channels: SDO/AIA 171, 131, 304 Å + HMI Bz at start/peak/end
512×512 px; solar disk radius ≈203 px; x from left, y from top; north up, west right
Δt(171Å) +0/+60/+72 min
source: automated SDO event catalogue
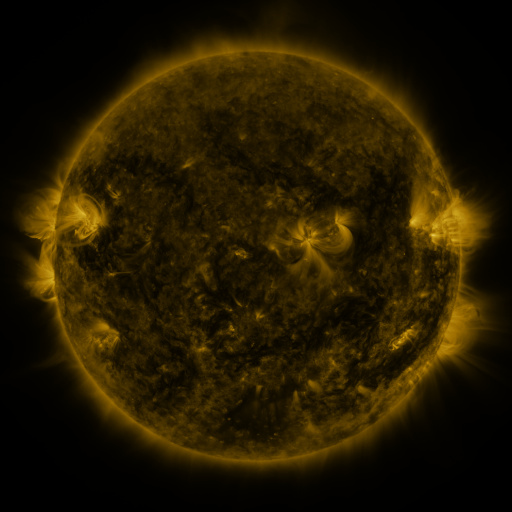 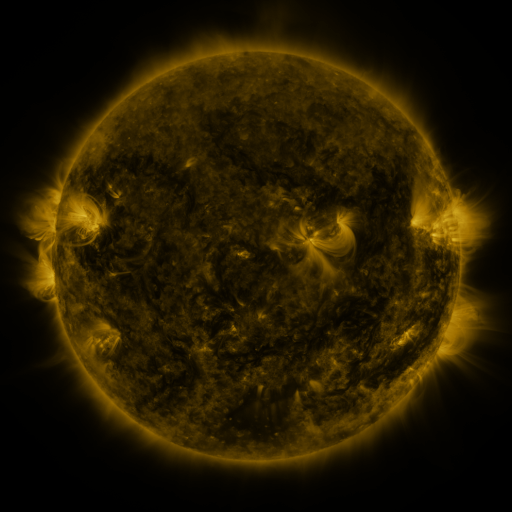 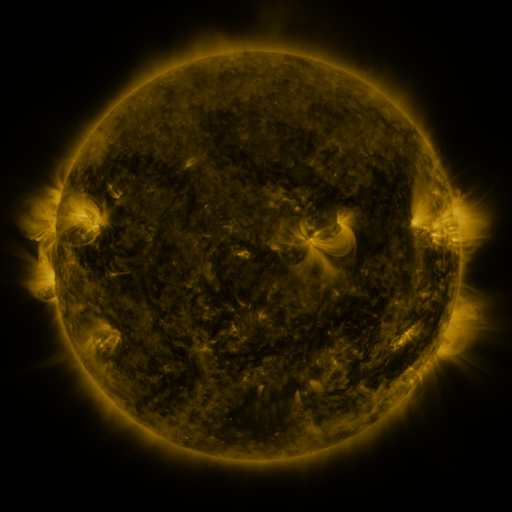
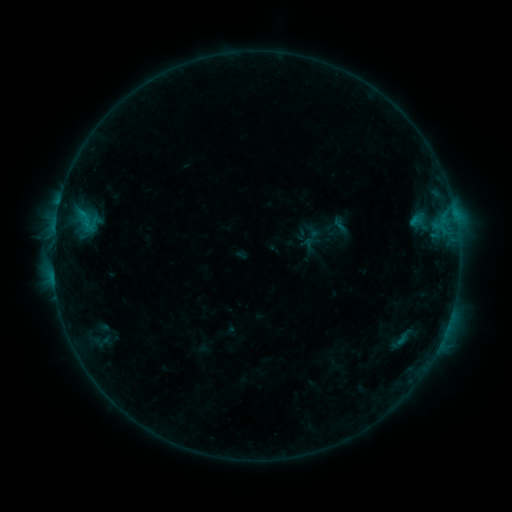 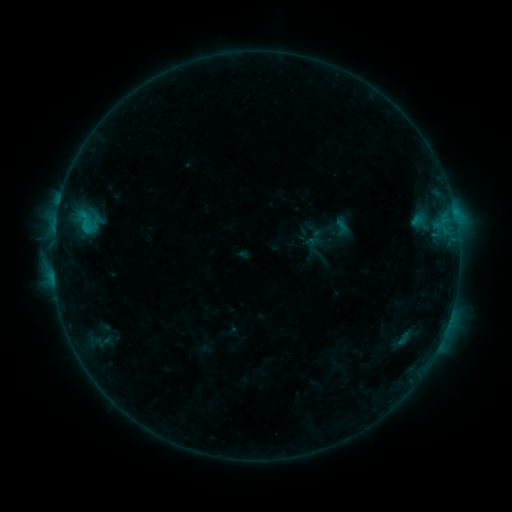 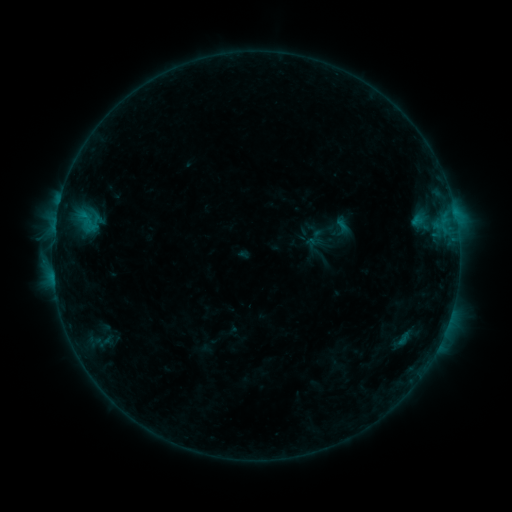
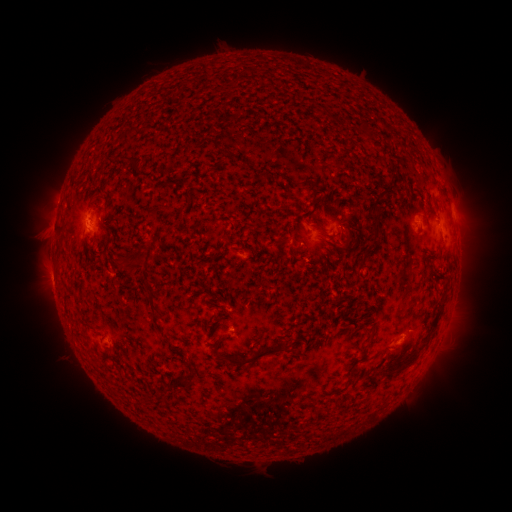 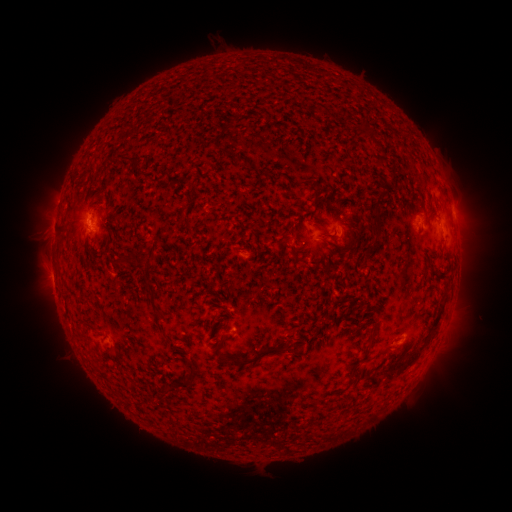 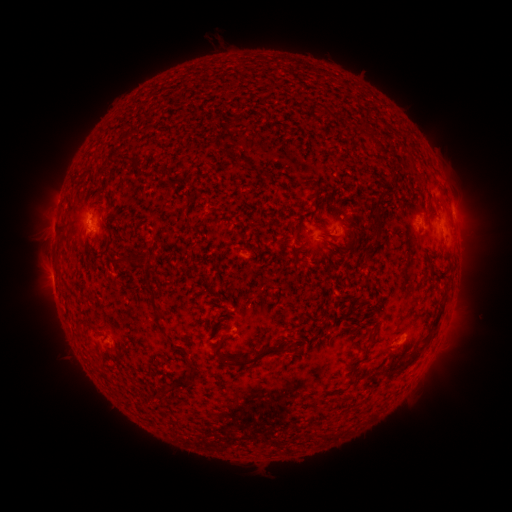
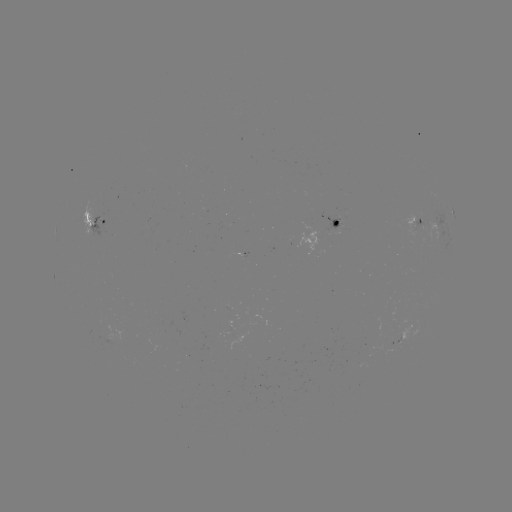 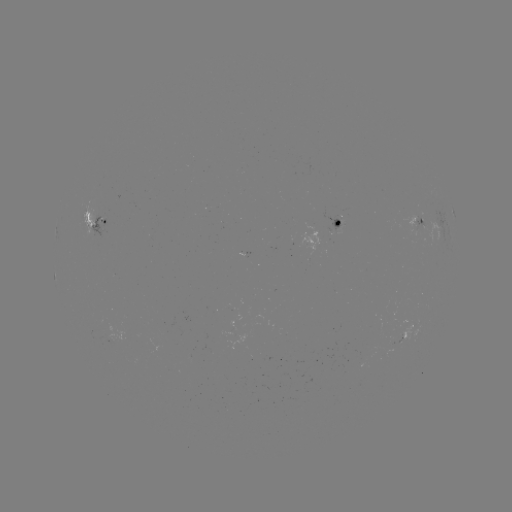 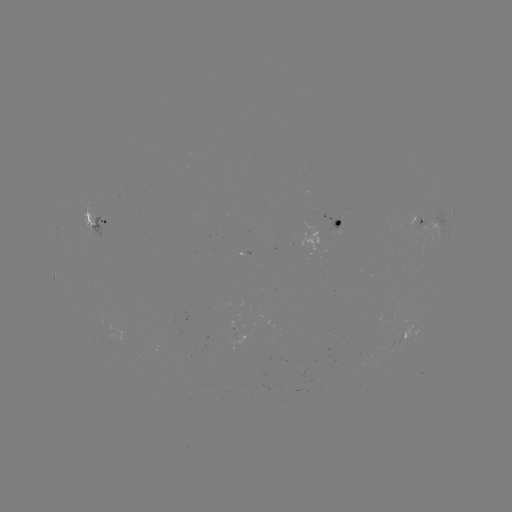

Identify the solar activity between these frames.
emerging-flux region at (420, 227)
